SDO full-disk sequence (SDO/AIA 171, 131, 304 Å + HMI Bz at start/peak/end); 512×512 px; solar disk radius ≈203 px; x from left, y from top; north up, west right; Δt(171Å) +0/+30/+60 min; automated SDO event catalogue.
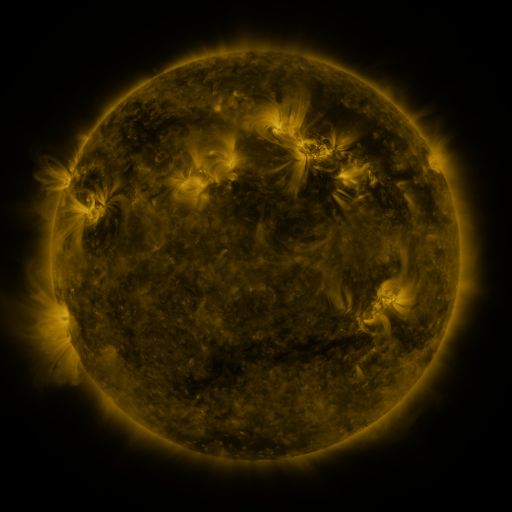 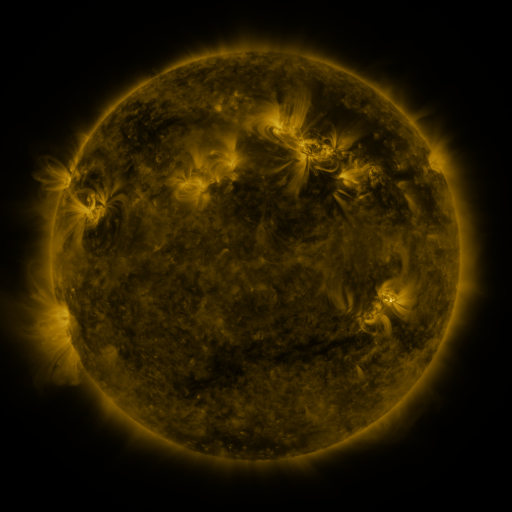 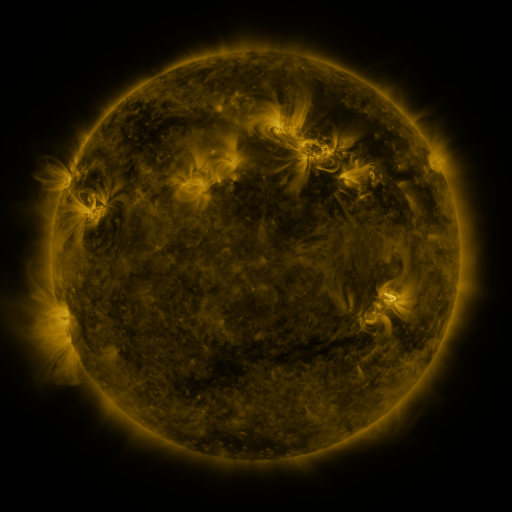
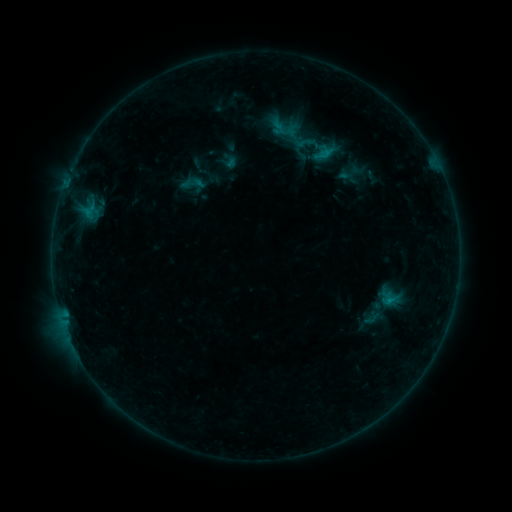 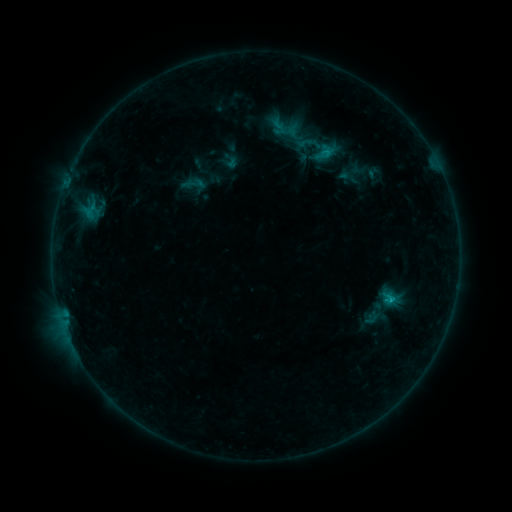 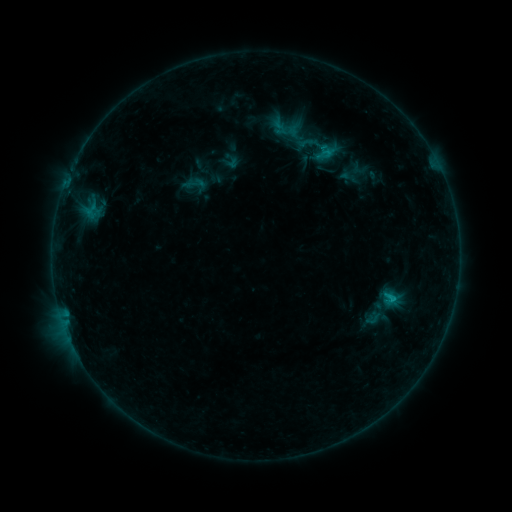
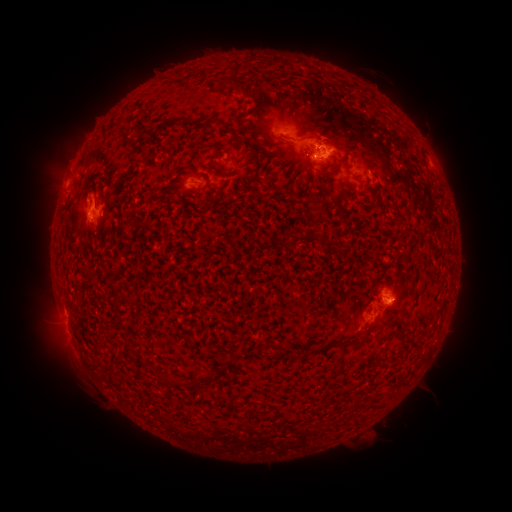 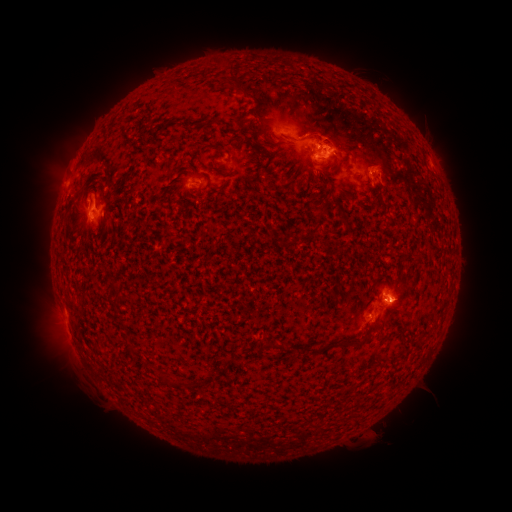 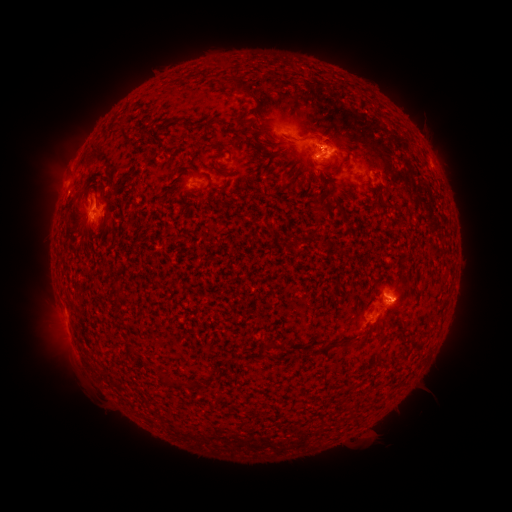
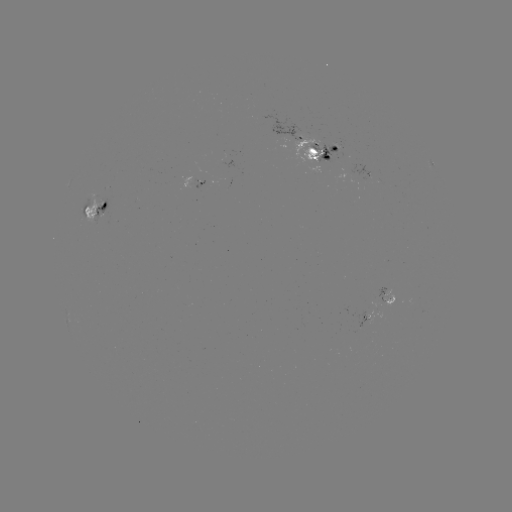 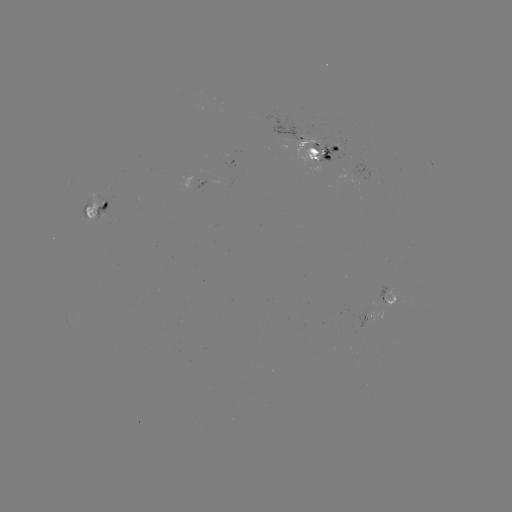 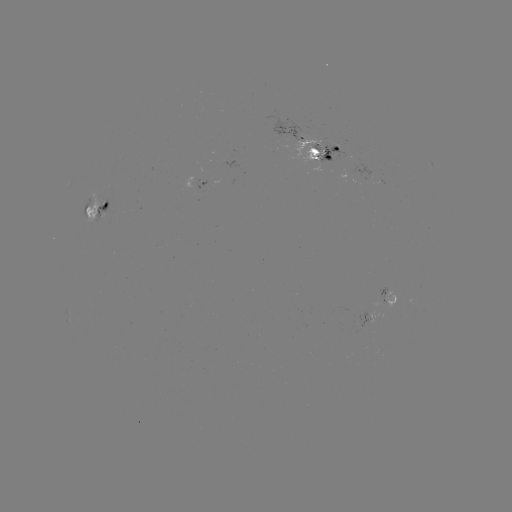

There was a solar emerging-flux region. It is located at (317, 144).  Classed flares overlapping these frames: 1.